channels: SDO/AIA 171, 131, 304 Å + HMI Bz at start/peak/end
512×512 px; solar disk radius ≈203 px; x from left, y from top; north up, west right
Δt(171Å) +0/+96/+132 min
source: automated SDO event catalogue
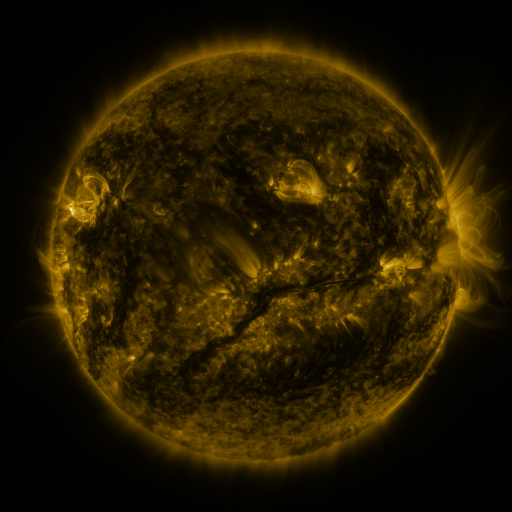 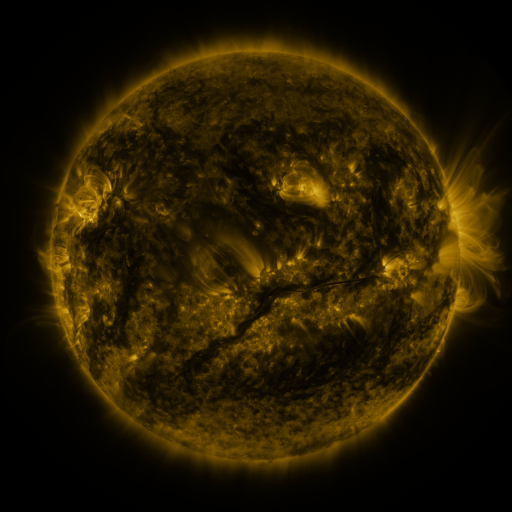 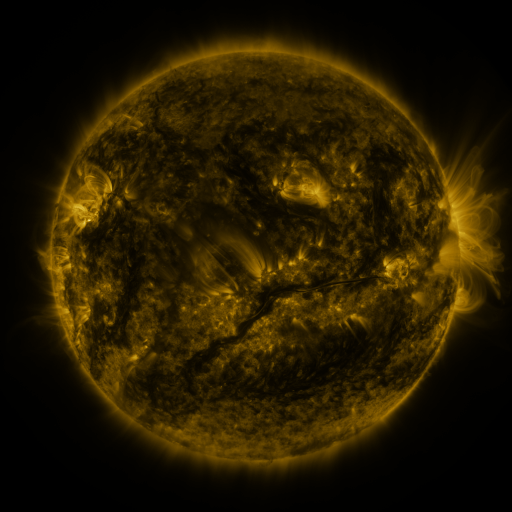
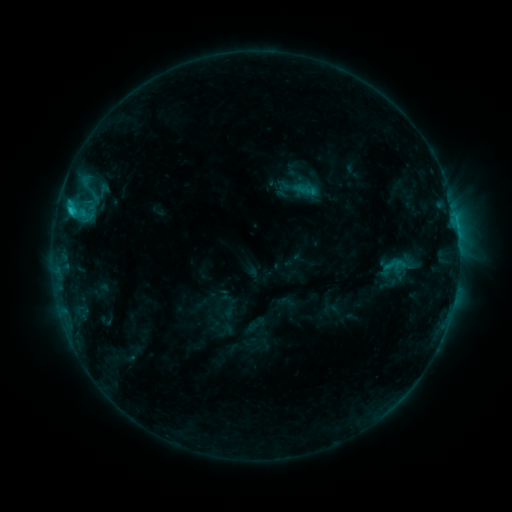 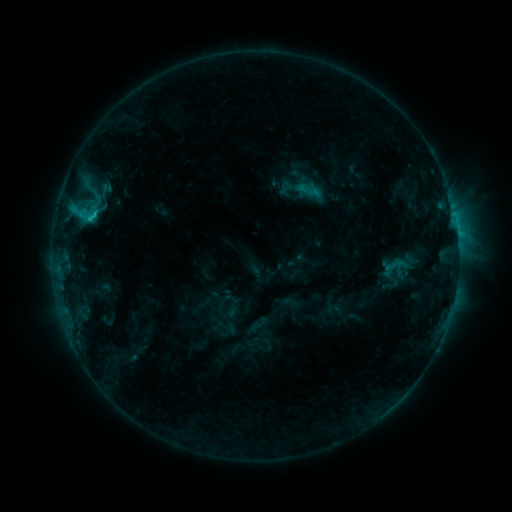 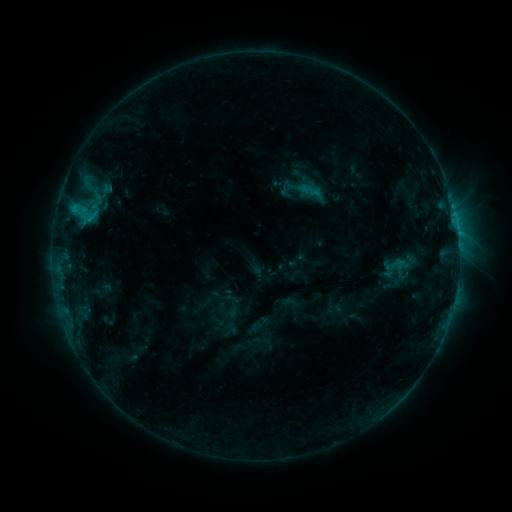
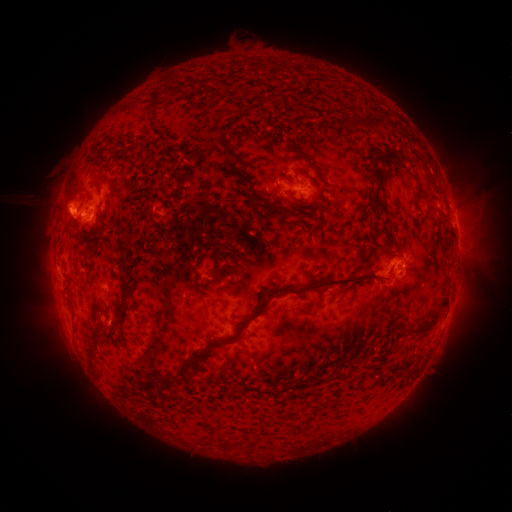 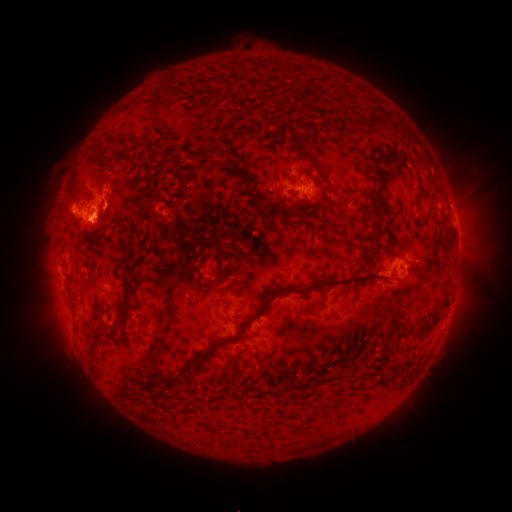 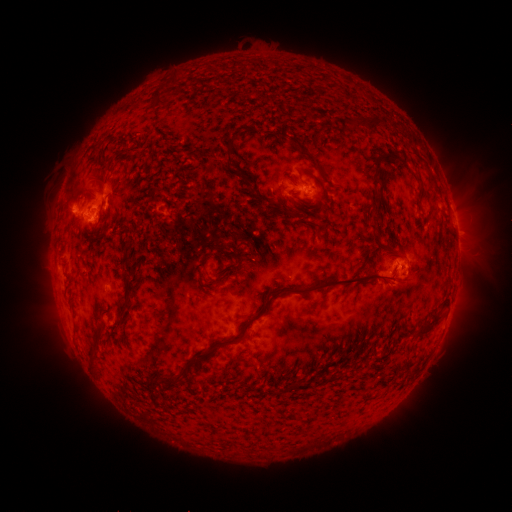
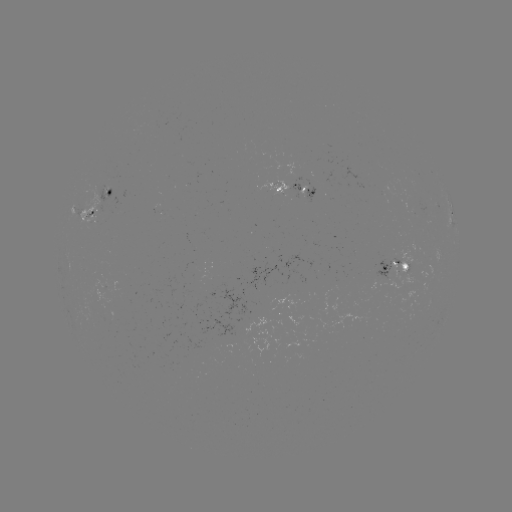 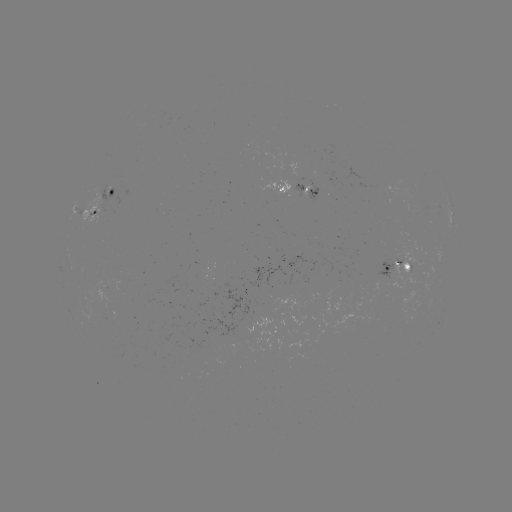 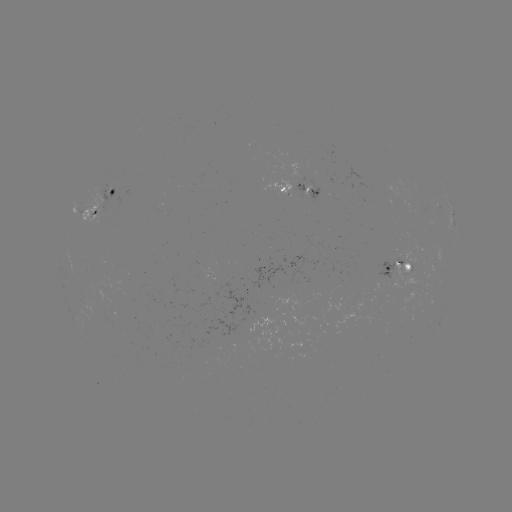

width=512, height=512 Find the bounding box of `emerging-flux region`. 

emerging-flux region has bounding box [100, 204, 106, 216].